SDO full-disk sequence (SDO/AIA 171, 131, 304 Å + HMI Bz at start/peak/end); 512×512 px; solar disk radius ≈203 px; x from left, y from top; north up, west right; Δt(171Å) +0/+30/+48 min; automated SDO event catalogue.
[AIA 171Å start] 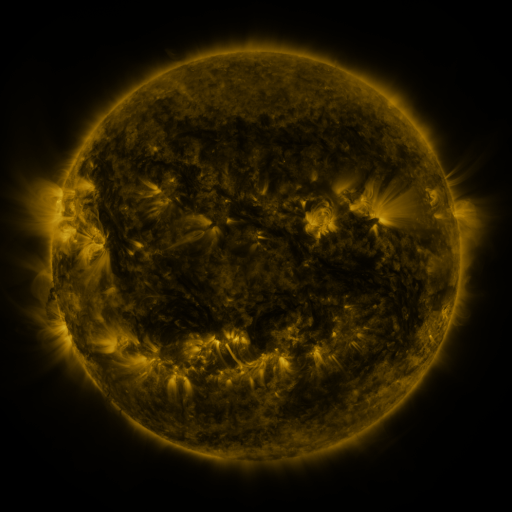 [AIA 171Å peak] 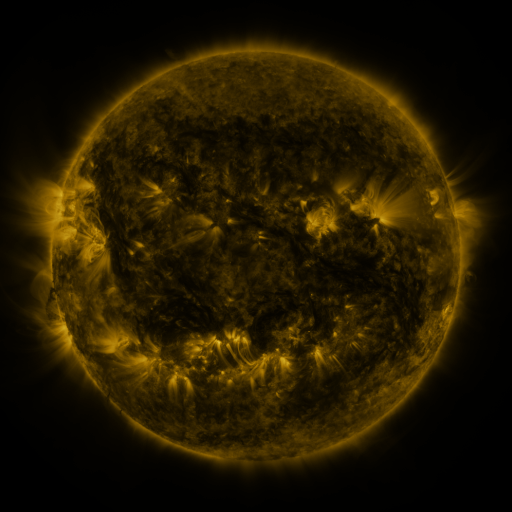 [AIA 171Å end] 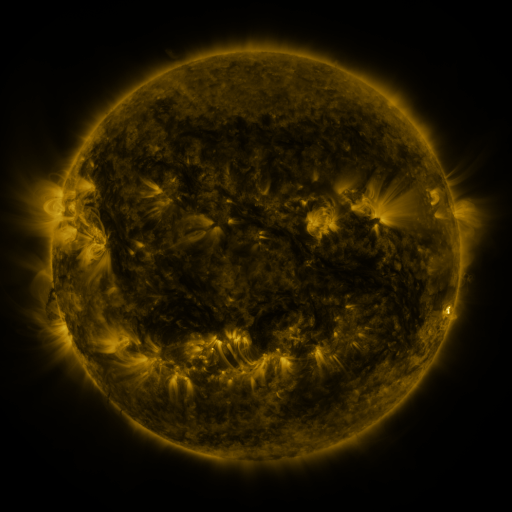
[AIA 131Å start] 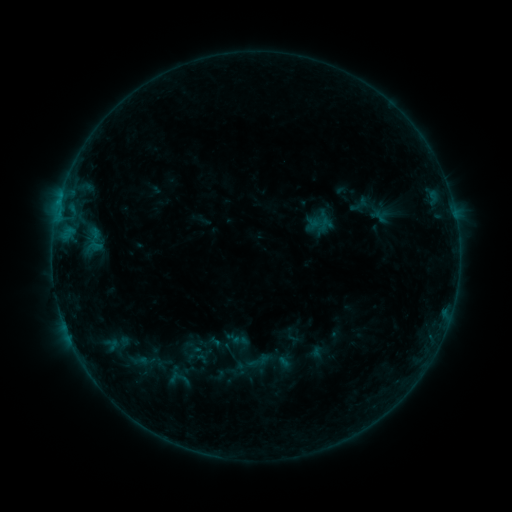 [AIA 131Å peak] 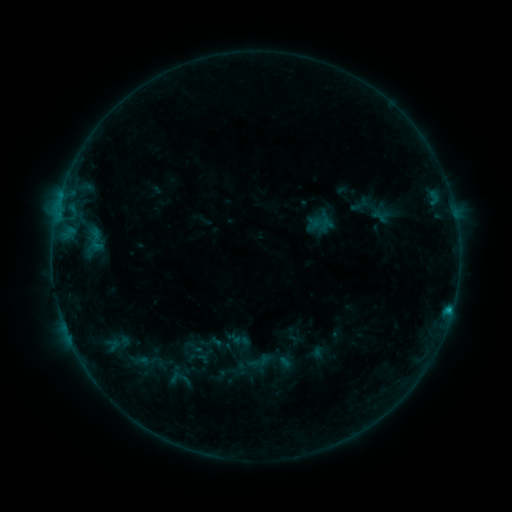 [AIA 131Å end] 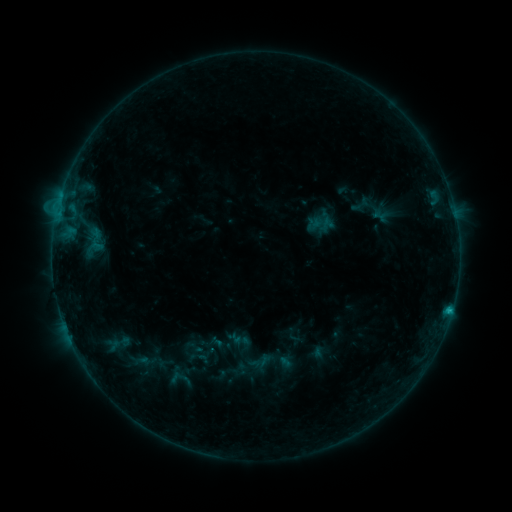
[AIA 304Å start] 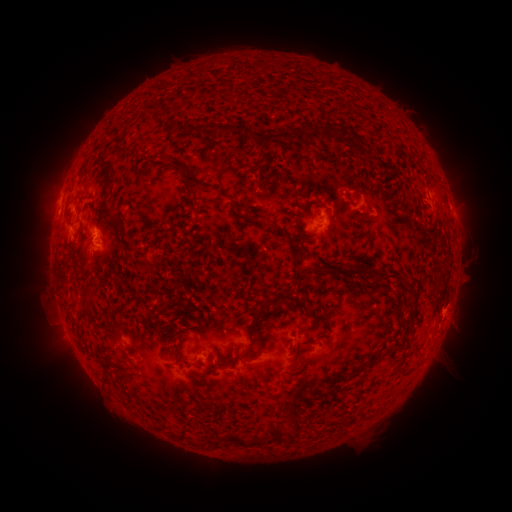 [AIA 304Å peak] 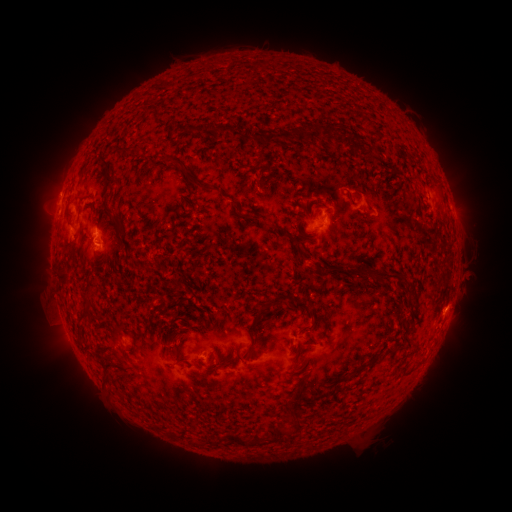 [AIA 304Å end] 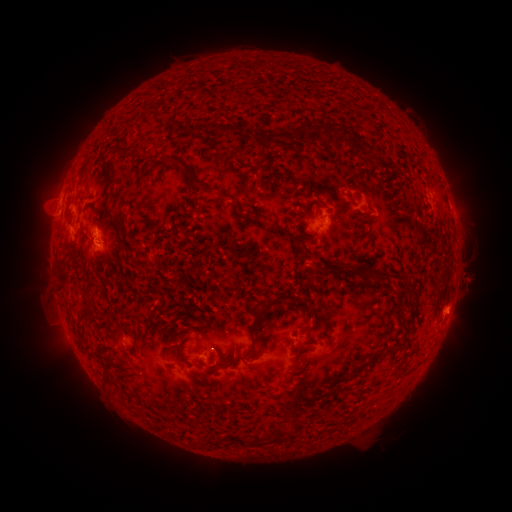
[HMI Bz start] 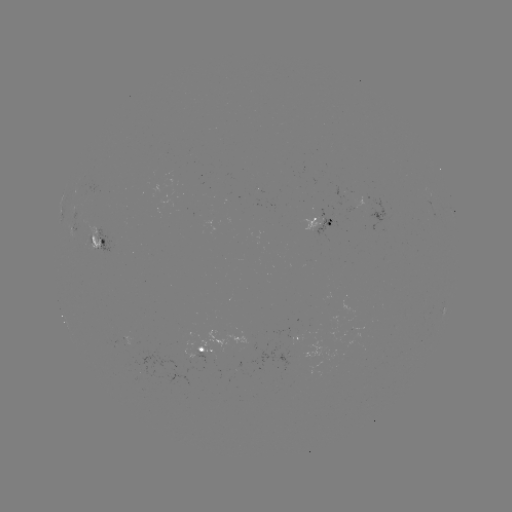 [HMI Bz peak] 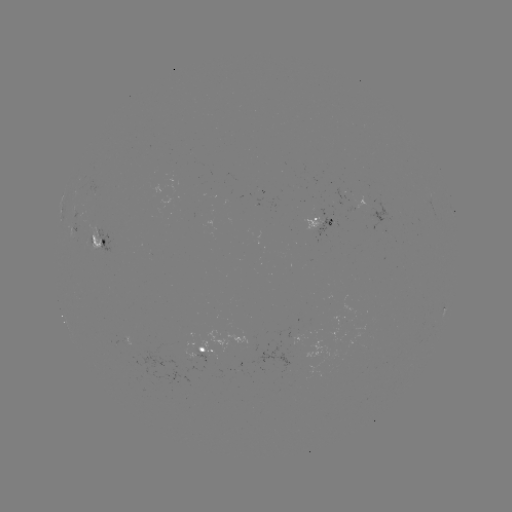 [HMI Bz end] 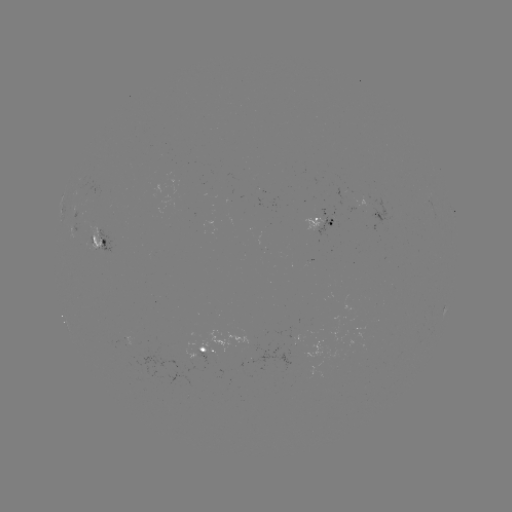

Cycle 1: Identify B7.5 flare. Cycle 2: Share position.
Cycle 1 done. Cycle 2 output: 448,310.